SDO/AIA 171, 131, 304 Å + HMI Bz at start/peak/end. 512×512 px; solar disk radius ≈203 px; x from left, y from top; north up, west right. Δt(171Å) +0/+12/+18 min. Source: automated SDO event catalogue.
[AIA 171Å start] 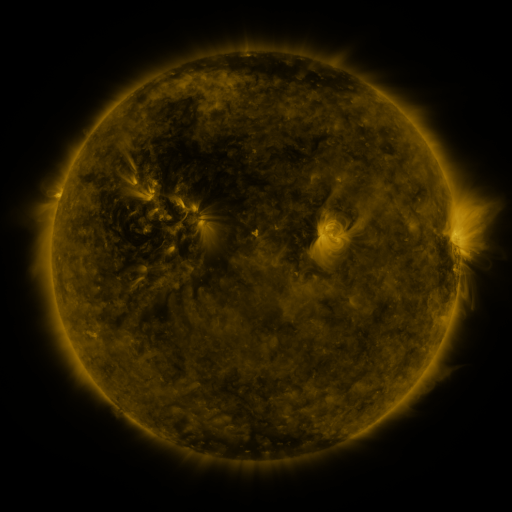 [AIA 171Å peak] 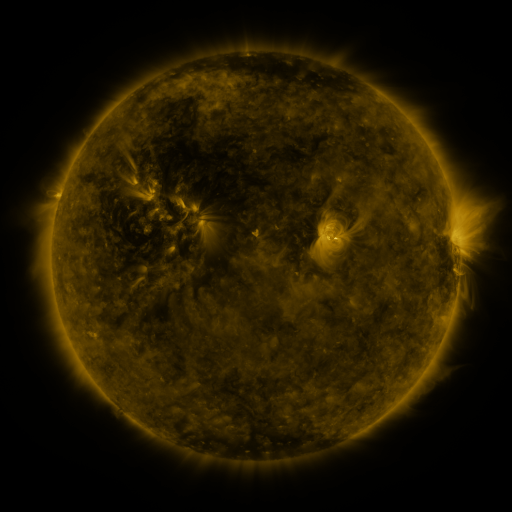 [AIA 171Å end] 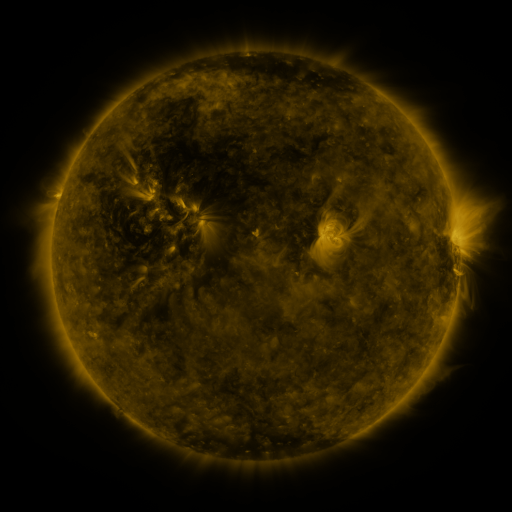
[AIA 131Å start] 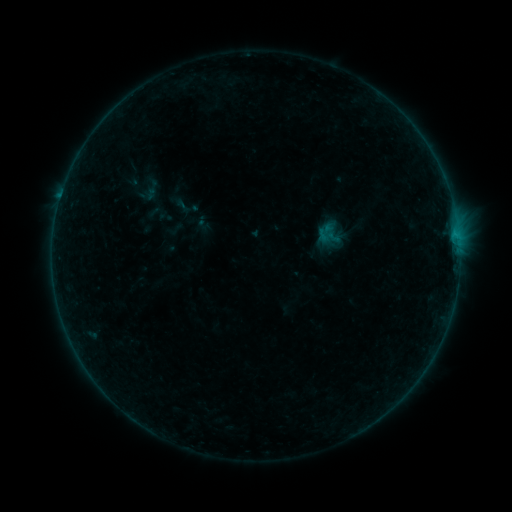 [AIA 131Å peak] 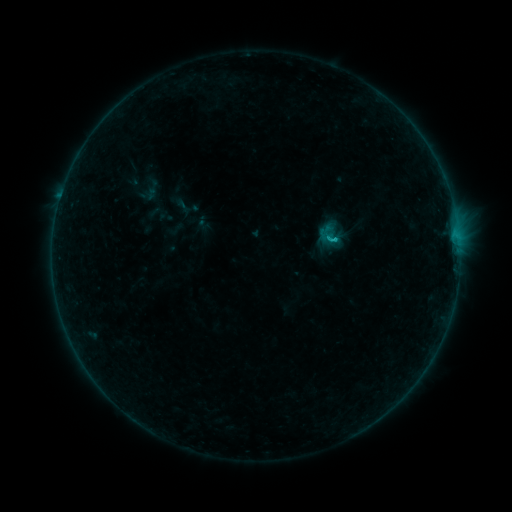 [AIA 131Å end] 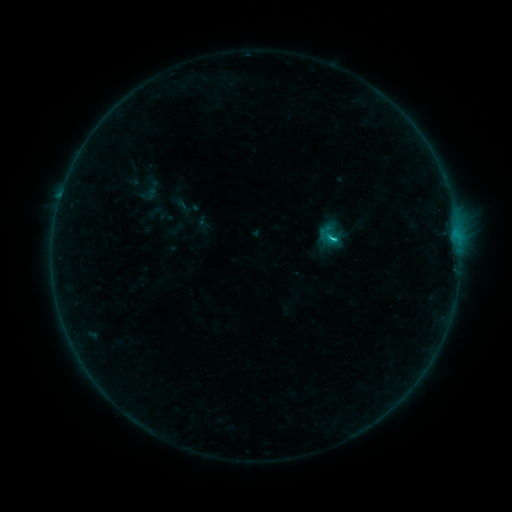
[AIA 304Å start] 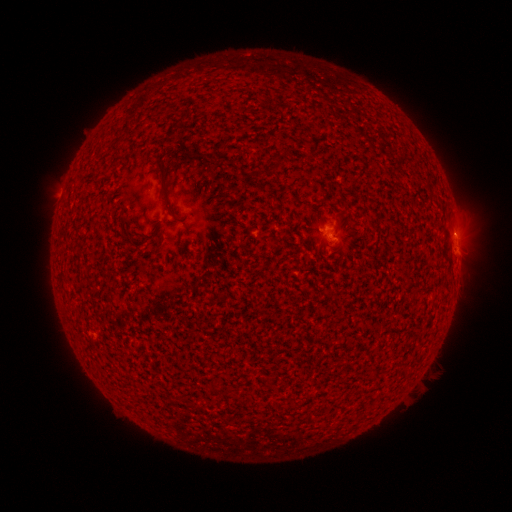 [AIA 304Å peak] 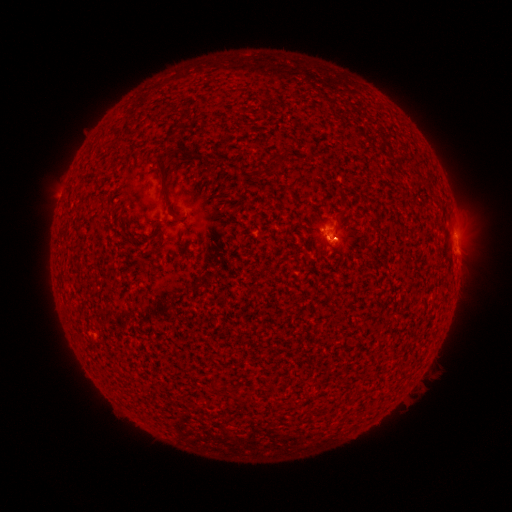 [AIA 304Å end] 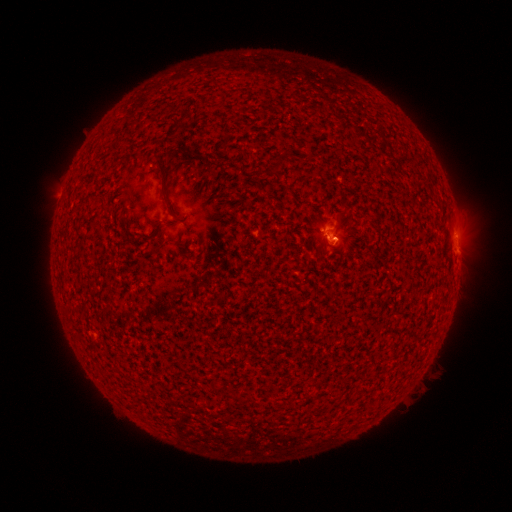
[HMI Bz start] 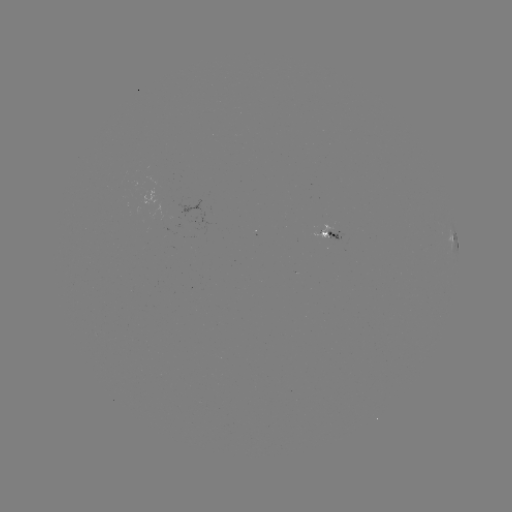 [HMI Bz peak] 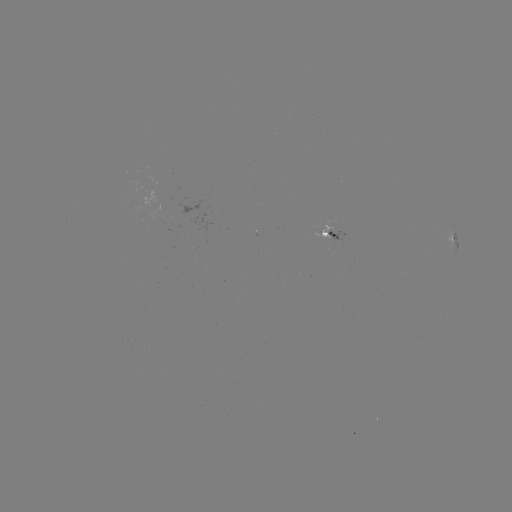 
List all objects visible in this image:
B8.6 flare: (332, 241)
